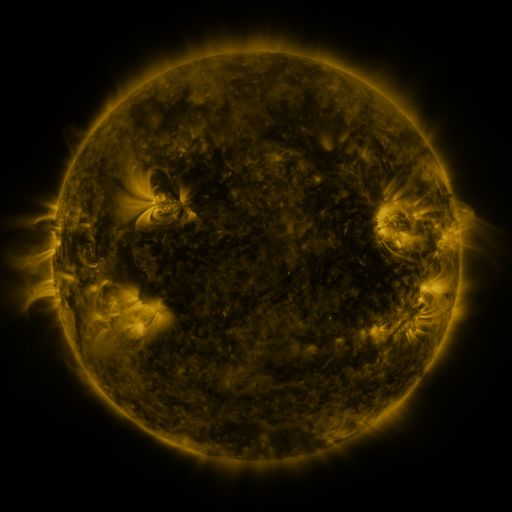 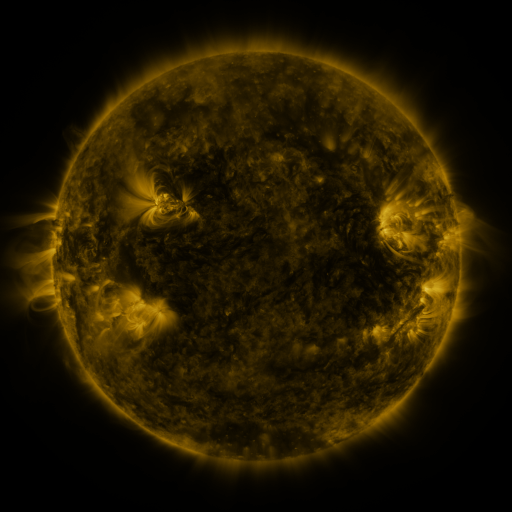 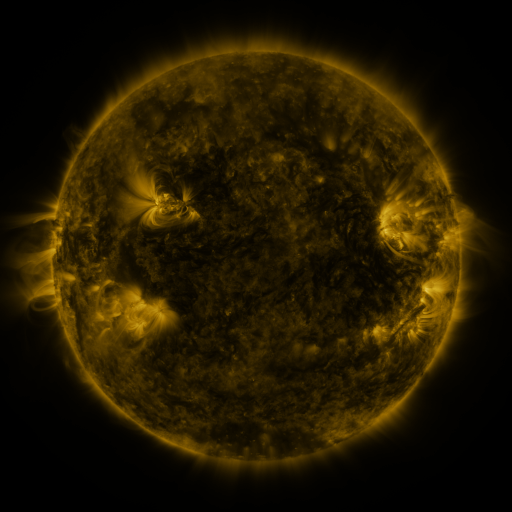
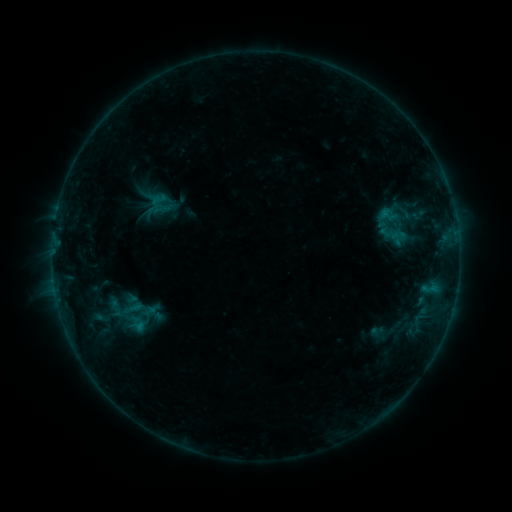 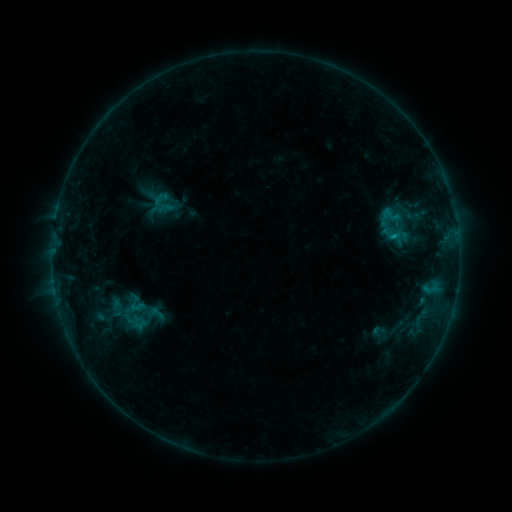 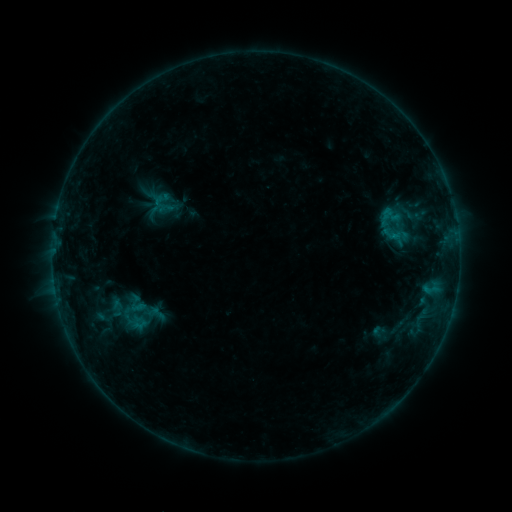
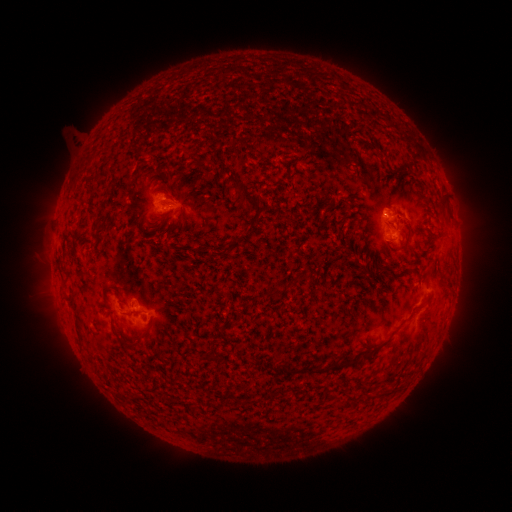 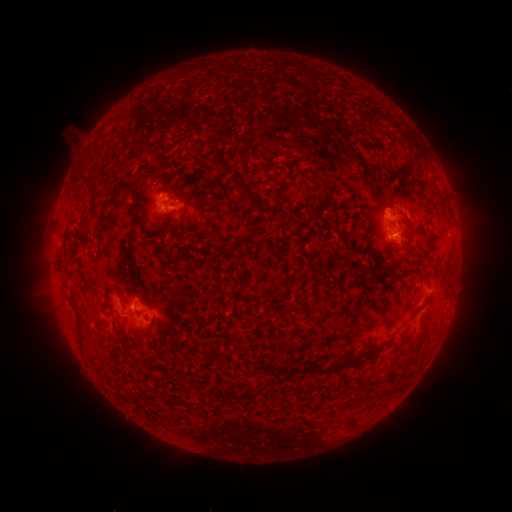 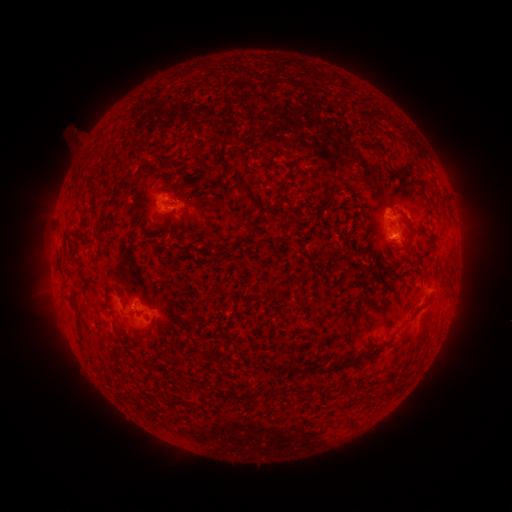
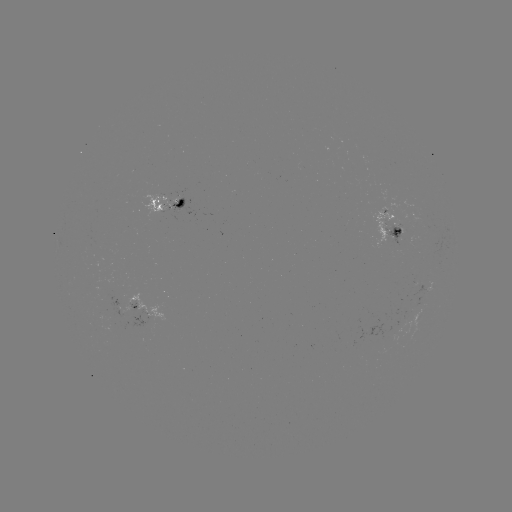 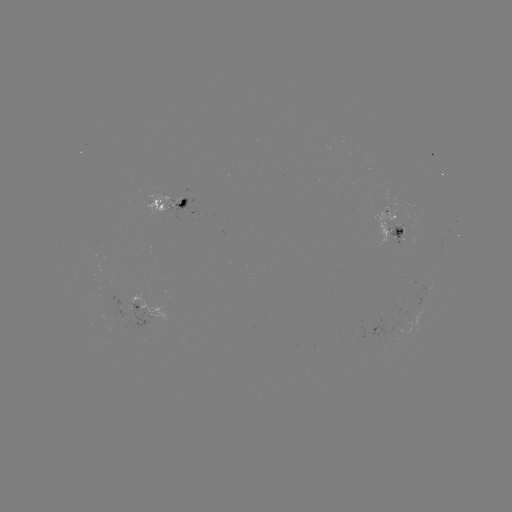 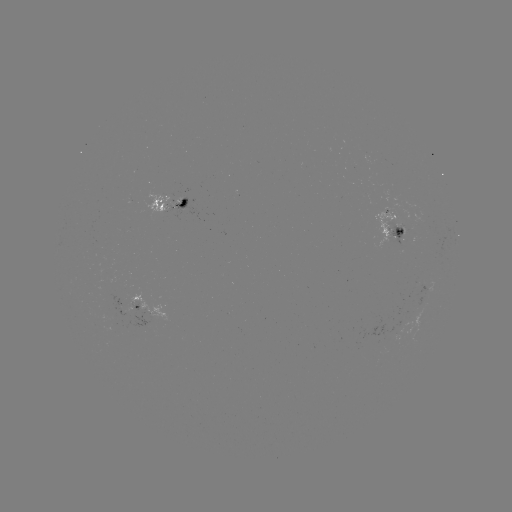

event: emerging-flux region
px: (400, 225)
